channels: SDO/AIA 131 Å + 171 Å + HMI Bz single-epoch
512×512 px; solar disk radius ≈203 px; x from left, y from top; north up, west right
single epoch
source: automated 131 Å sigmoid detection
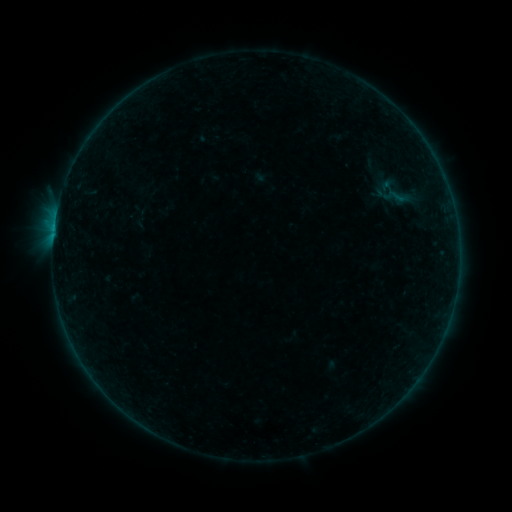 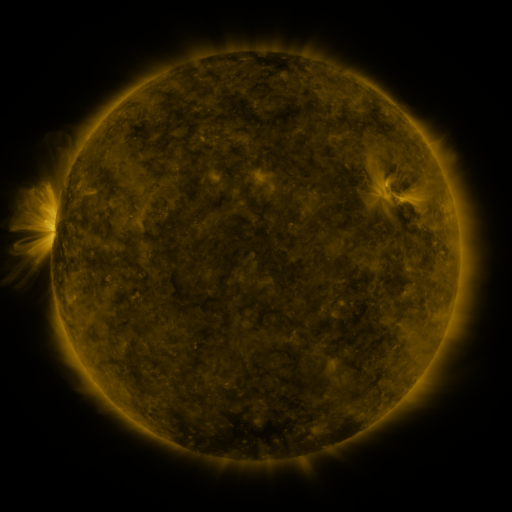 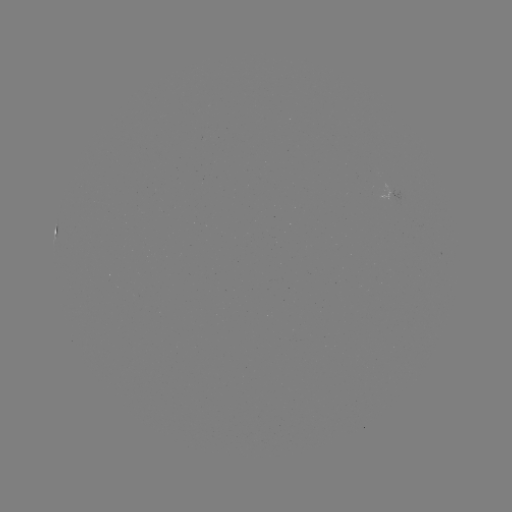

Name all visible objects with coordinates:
sigmoid: (384, 184, 412, 209)
